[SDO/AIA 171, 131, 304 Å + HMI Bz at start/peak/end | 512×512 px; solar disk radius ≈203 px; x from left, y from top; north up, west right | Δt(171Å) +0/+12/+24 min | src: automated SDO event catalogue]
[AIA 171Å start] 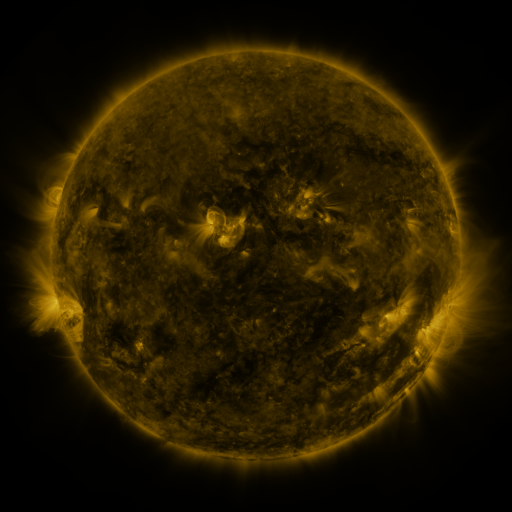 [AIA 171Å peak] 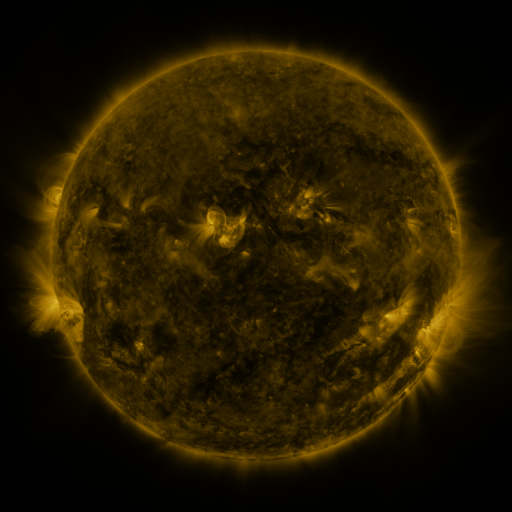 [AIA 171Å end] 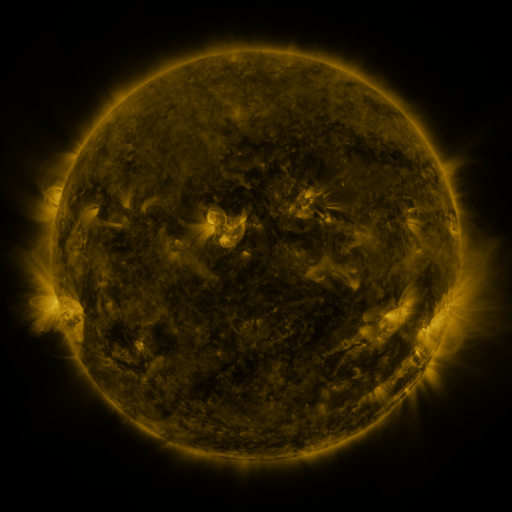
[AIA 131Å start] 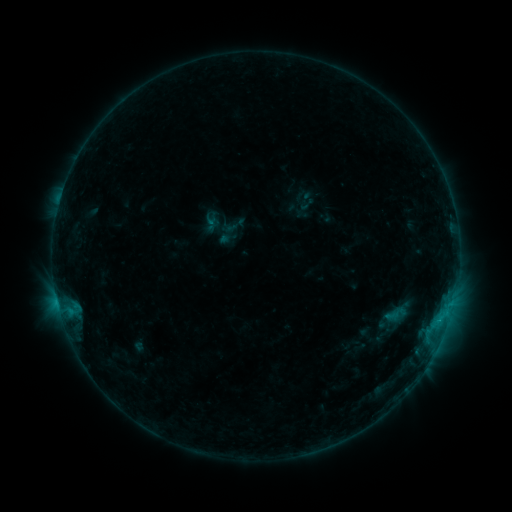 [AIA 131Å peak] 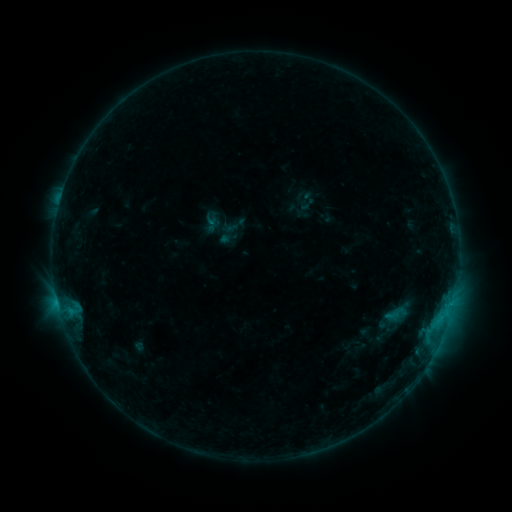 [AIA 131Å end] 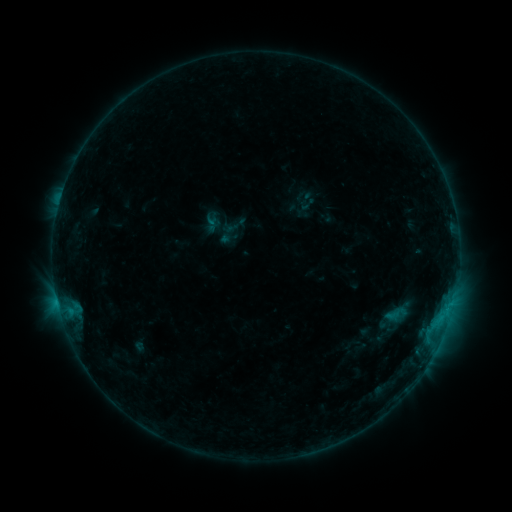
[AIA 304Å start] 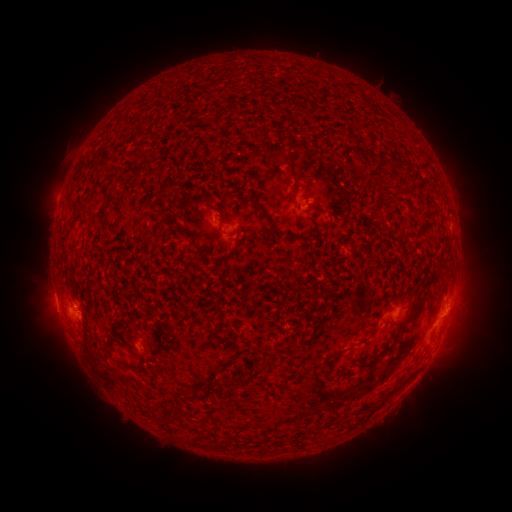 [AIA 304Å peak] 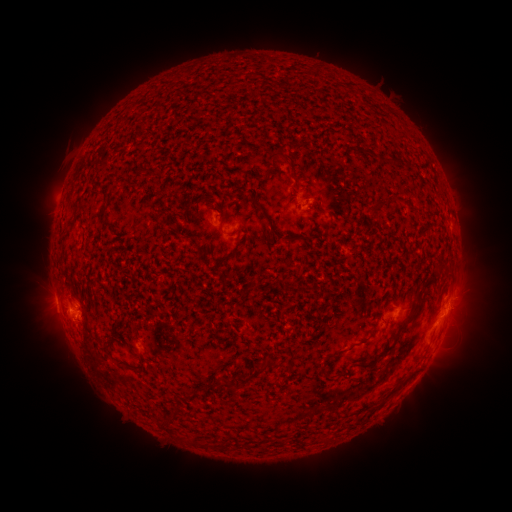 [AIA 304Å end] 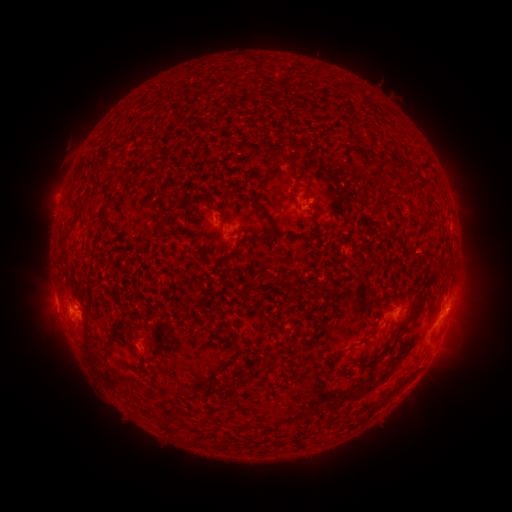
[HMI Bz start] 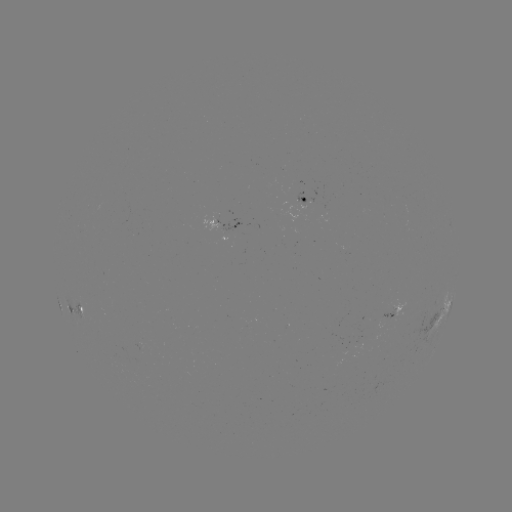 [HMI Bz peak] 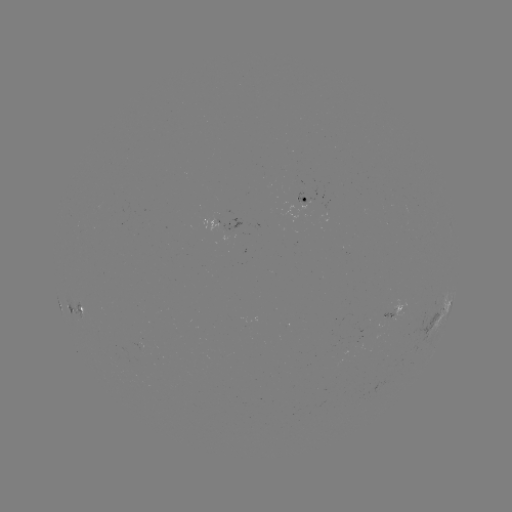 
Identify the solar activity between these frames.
no flare in any classed list; no EUV-trigger detection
